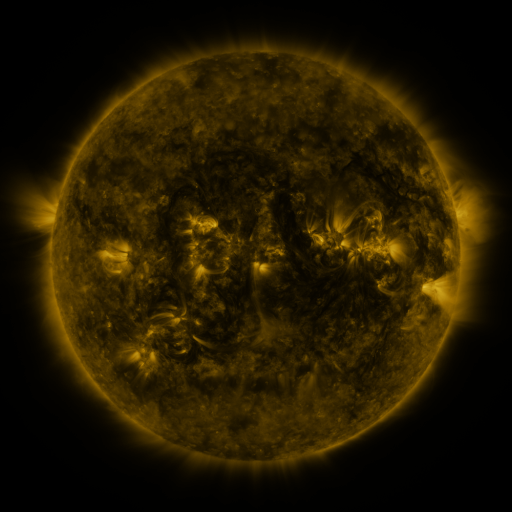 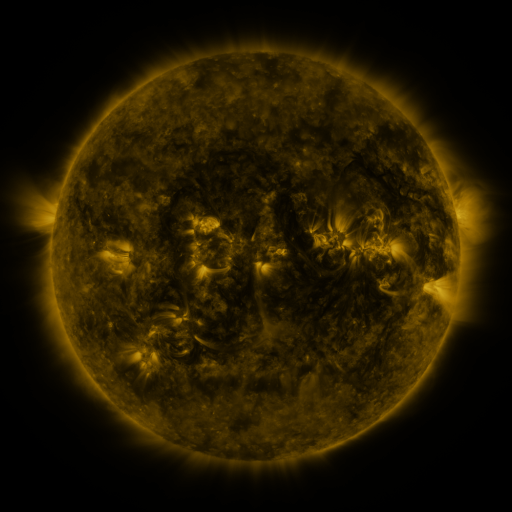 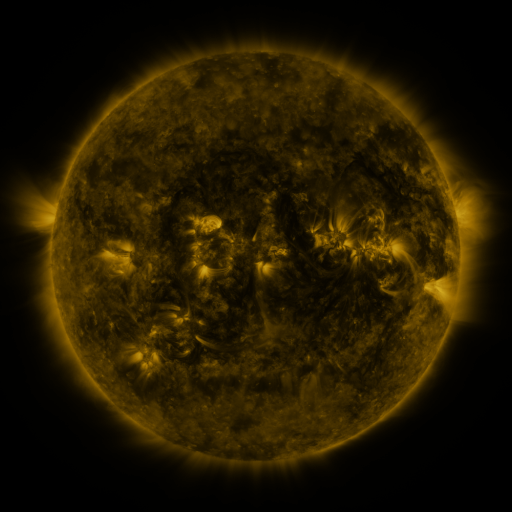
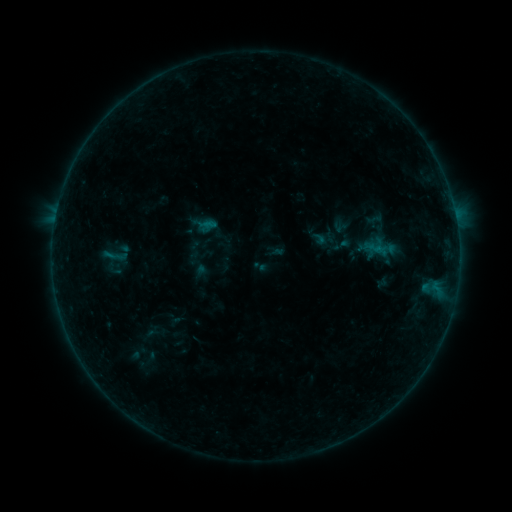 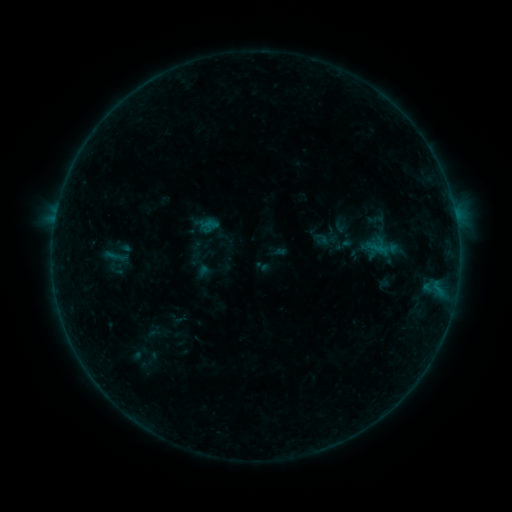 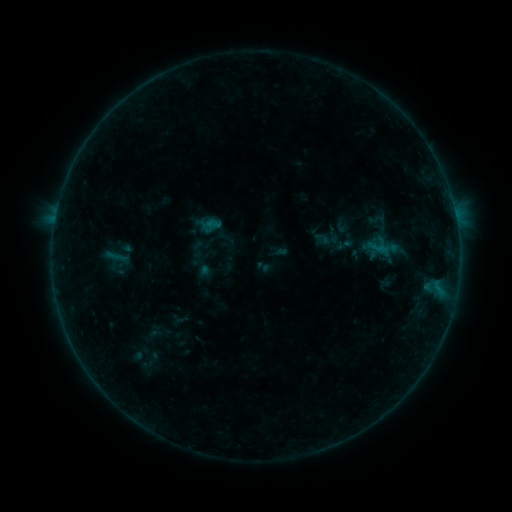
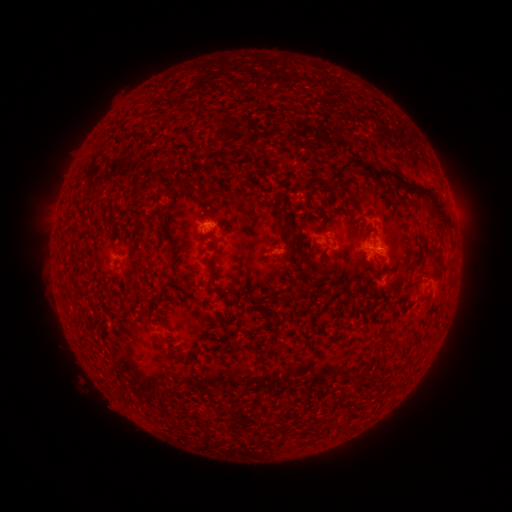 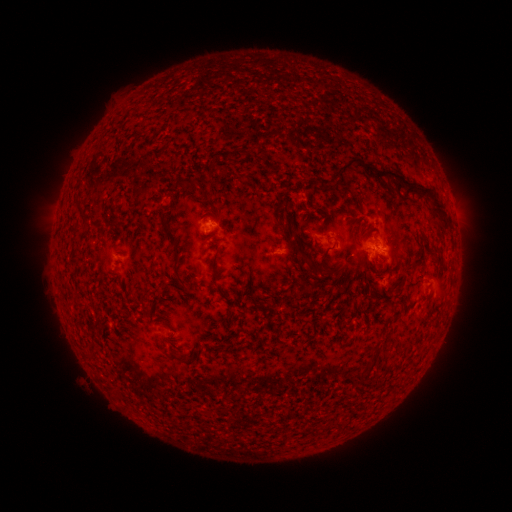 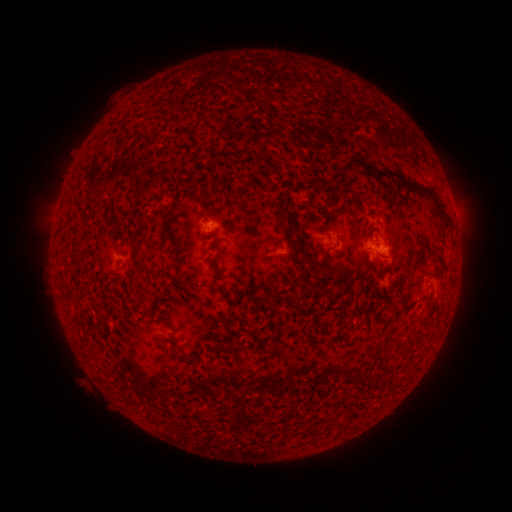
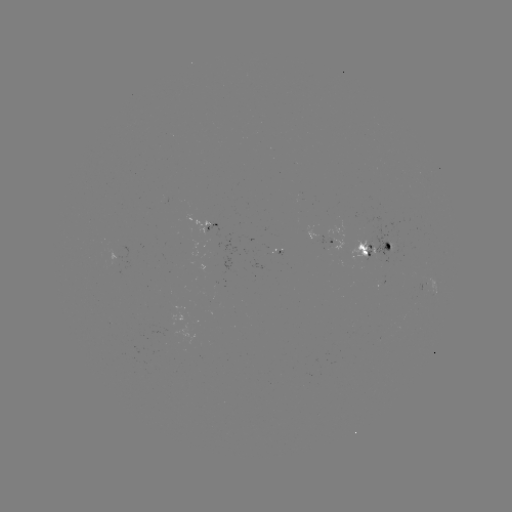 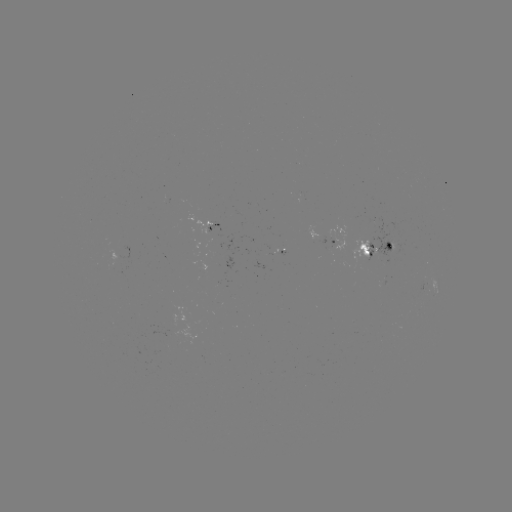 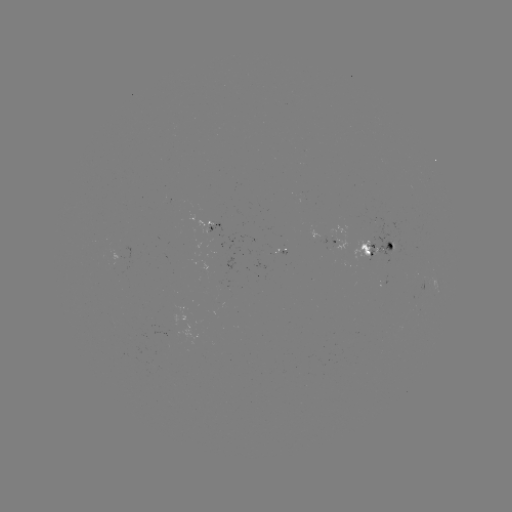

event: emerging-flux region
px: (322, 252)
